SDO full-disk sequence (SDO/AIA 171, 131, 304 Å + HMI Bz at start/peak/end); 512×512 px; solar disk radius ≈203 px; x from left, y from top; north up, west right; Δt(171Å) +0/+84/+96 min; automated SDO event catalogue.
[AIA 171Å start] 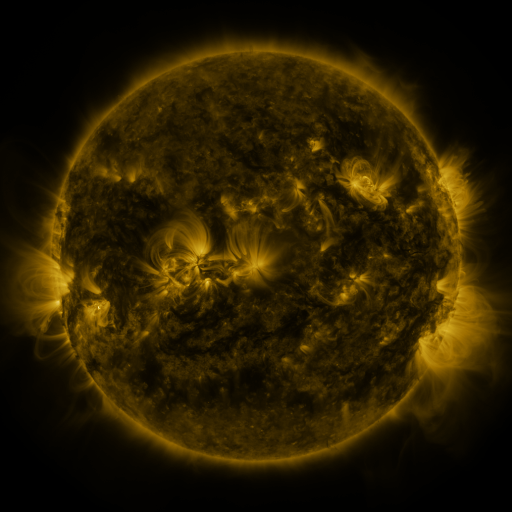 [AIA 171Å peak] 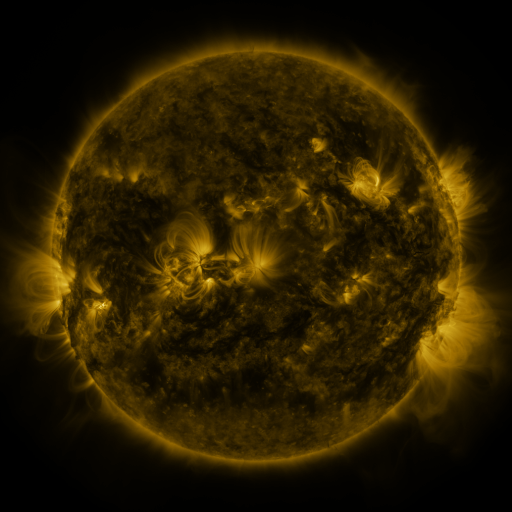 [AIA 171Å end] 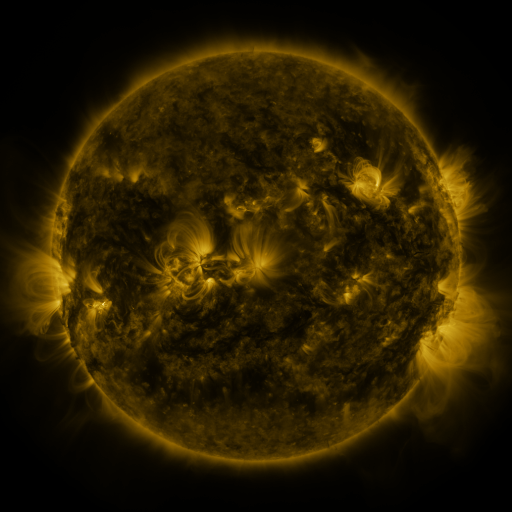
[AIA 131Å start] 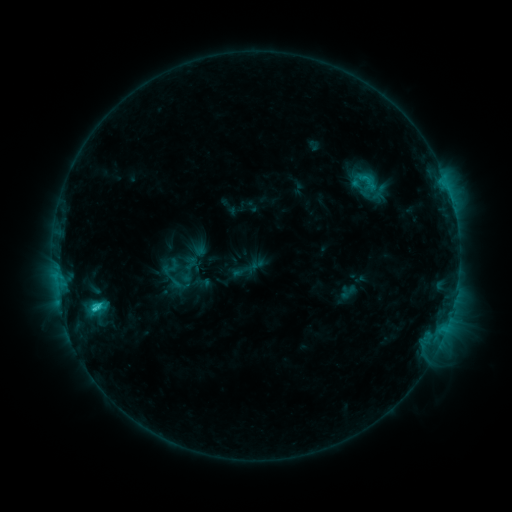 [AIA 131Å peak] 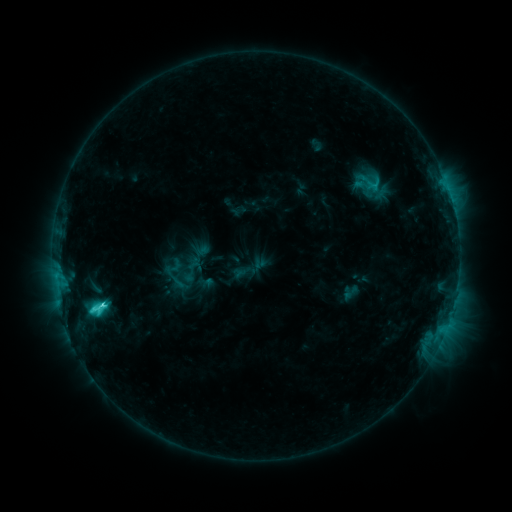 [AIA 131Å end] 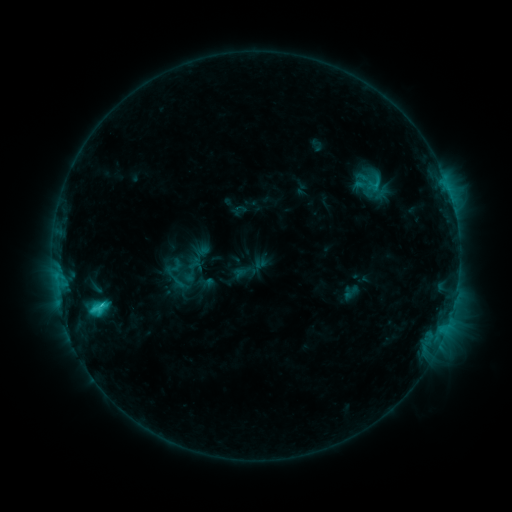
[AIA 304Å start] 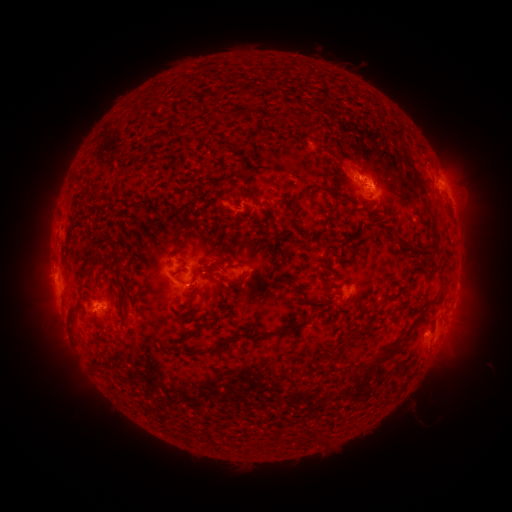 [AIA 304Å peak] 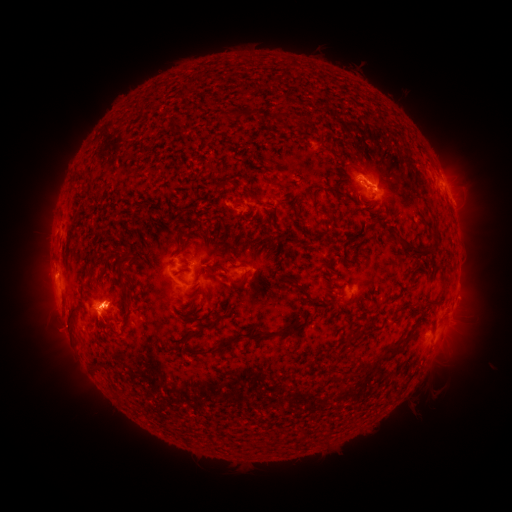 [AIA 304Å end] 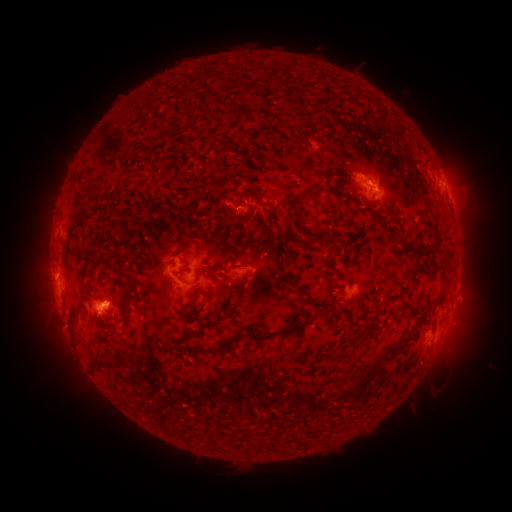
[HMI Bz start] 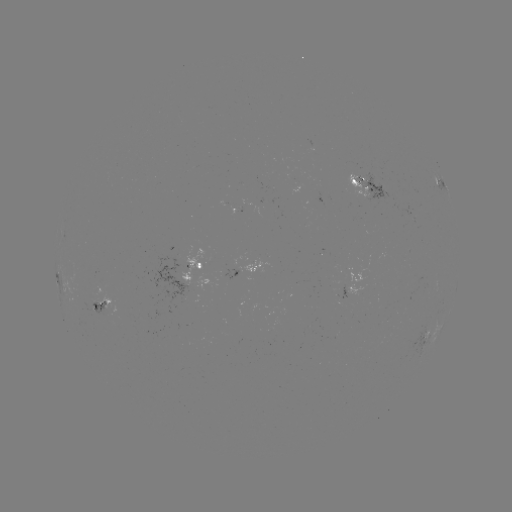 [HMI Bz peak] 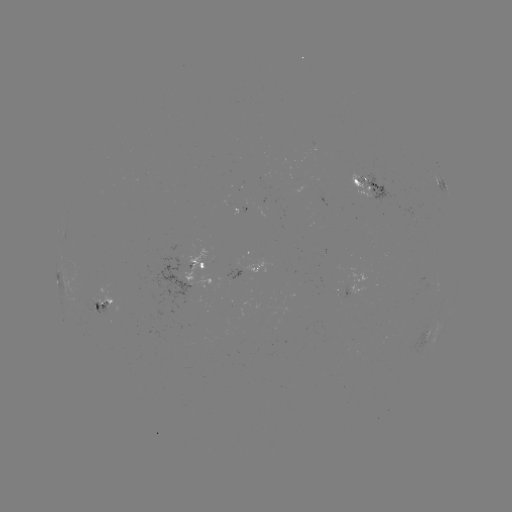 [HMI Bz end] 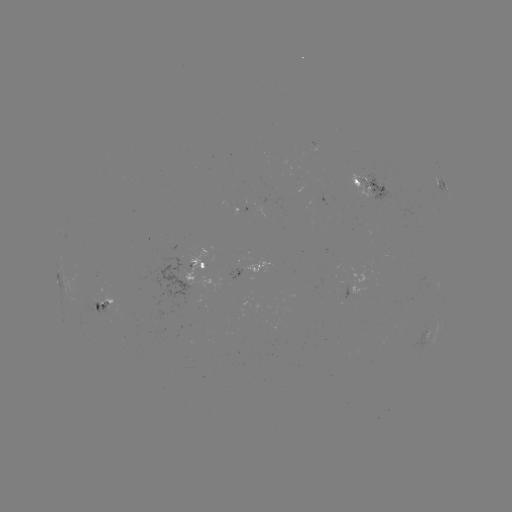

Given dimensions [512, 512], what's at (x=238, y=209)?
emerging-flux region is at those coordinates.